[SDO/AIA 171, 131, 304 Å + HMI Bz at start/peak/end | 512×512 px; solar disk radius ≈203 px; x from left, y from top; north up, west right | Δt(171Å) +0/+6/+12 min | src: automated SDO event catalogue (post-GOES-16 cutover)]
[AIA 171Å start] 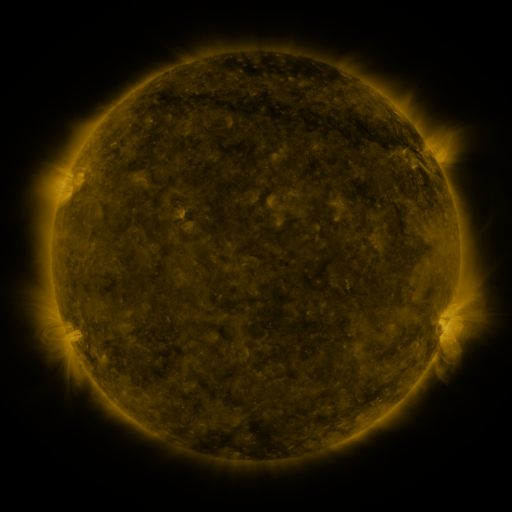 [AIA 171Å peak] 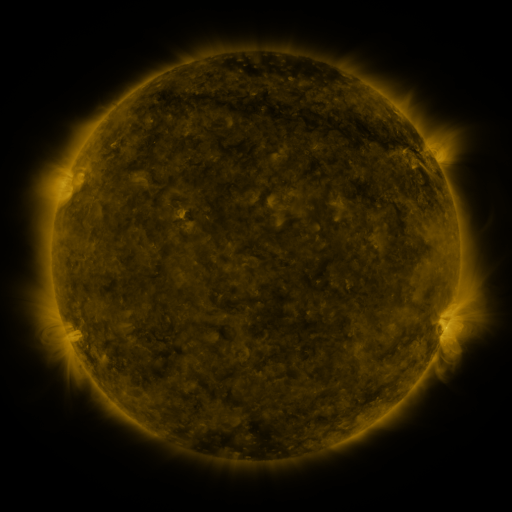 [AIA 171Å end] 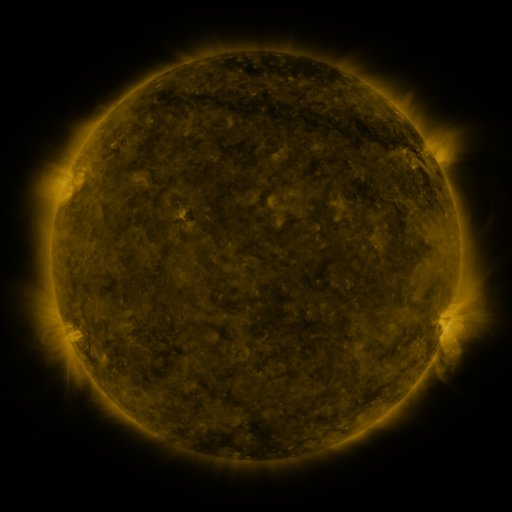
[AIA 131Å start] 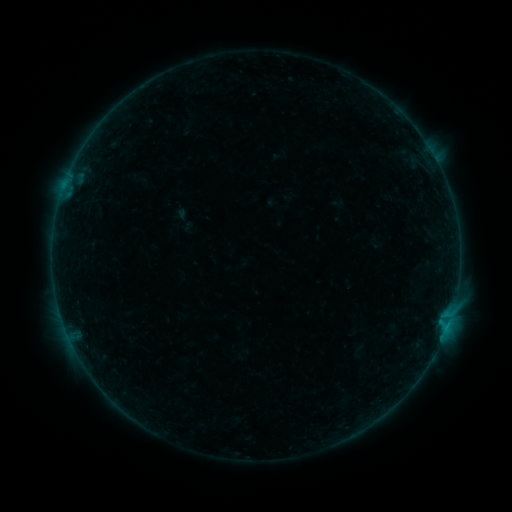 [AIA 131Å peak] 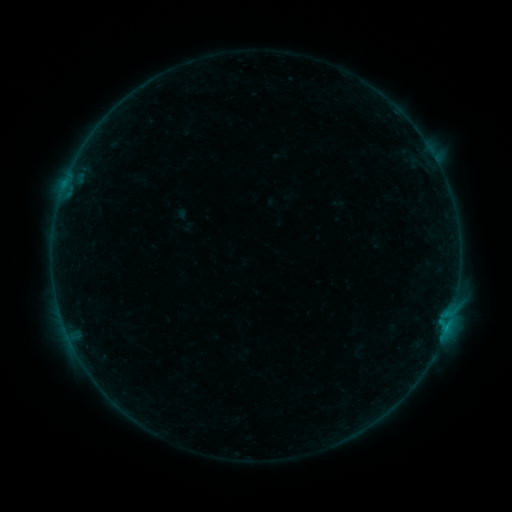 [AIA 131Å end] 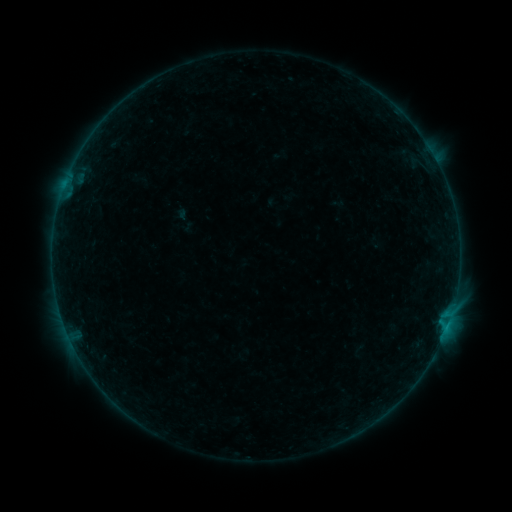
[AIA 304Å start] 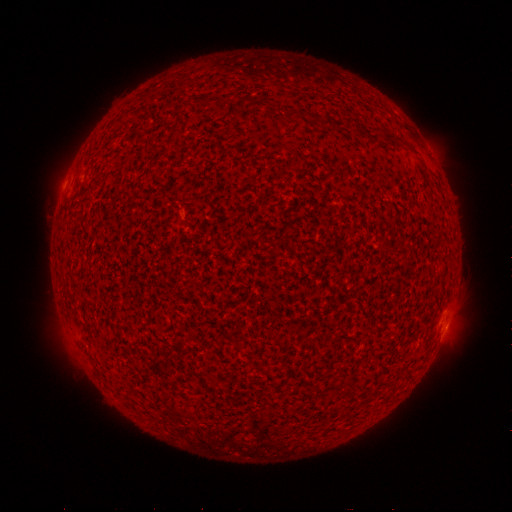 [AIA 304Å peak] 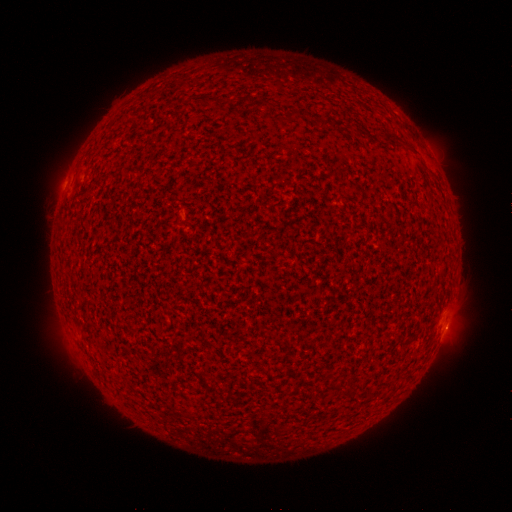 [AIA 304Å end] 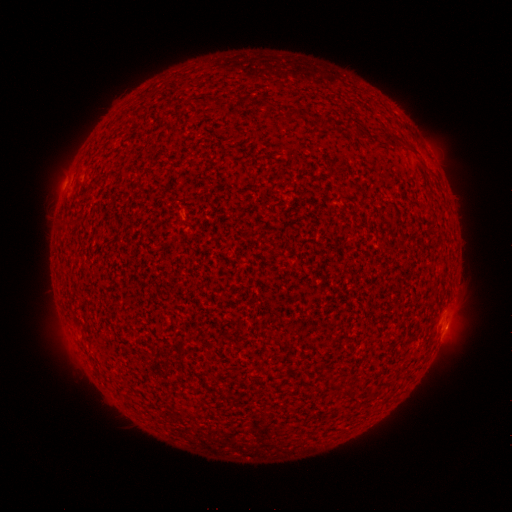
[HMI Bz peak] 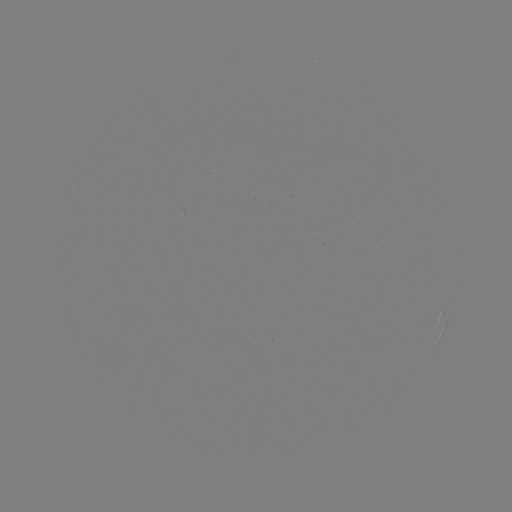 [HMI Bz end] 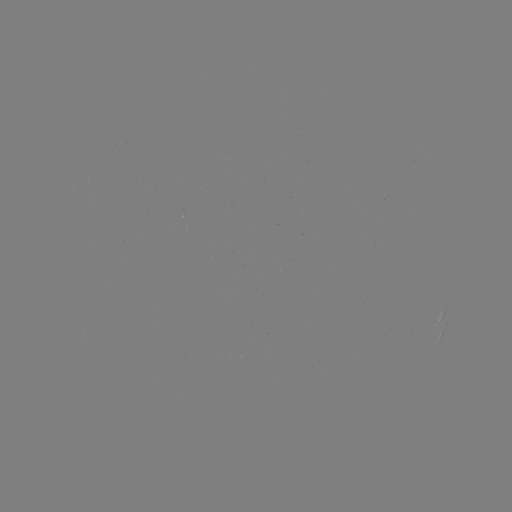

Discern B1.8 flare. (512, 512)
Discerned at (65, 187).